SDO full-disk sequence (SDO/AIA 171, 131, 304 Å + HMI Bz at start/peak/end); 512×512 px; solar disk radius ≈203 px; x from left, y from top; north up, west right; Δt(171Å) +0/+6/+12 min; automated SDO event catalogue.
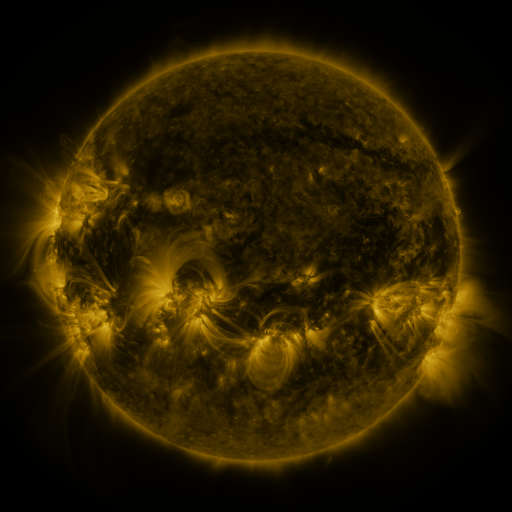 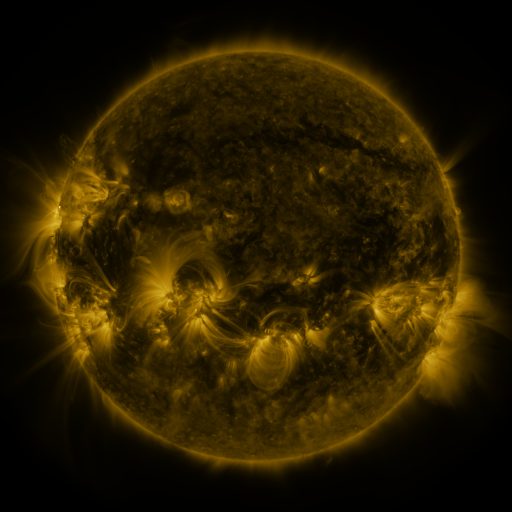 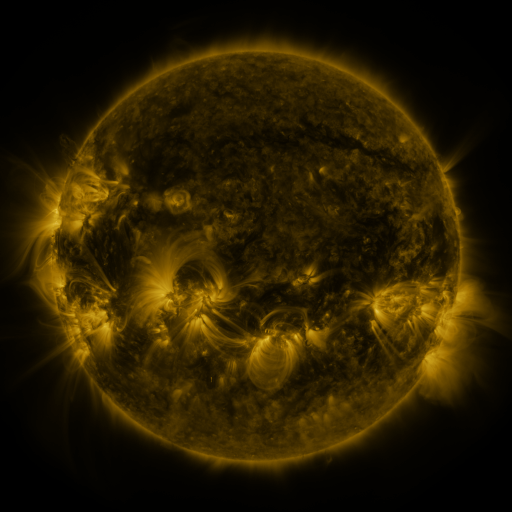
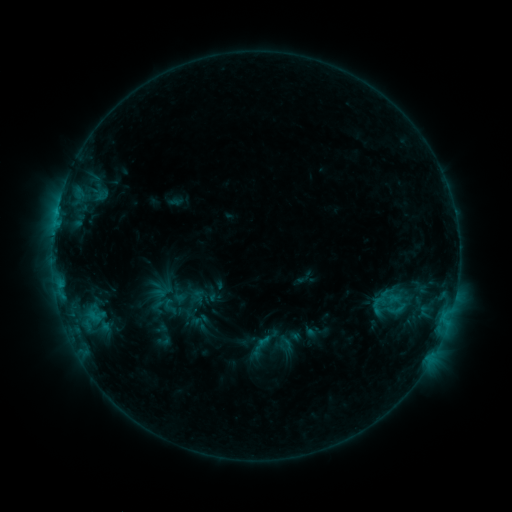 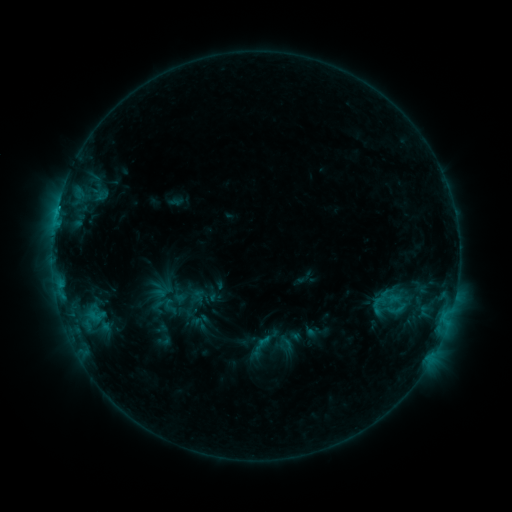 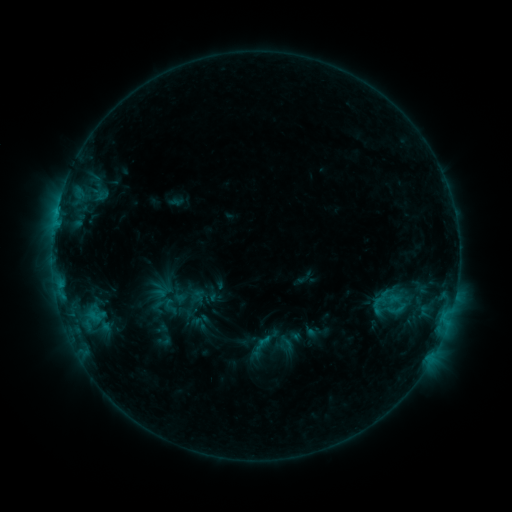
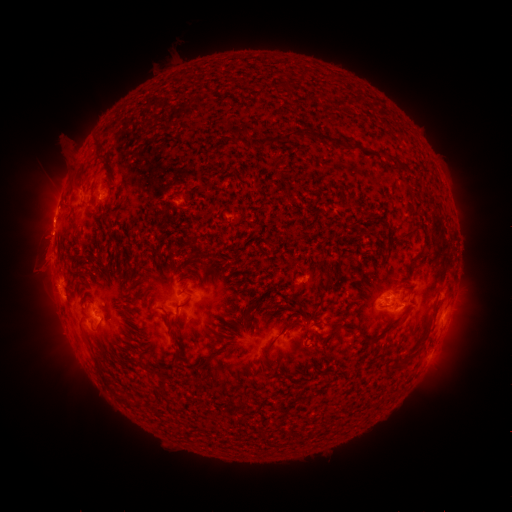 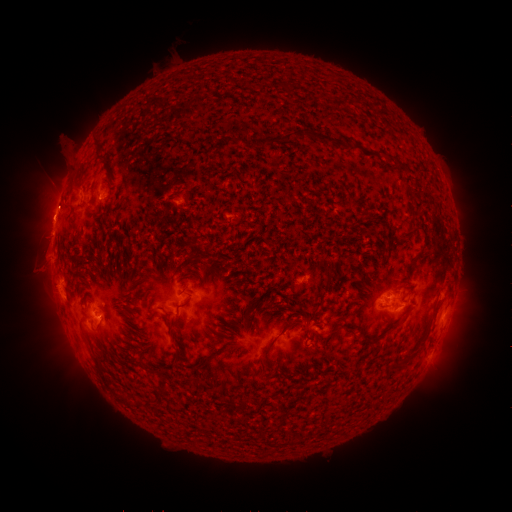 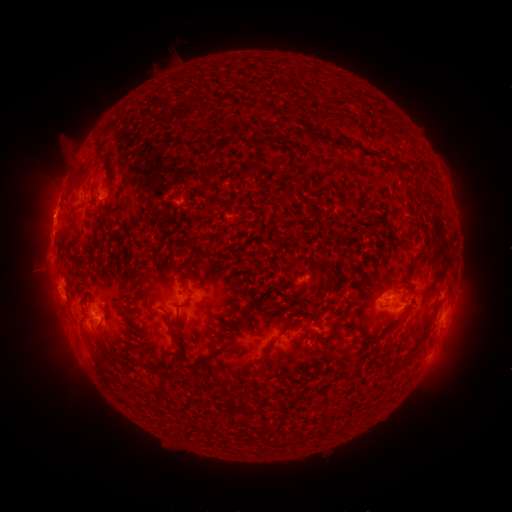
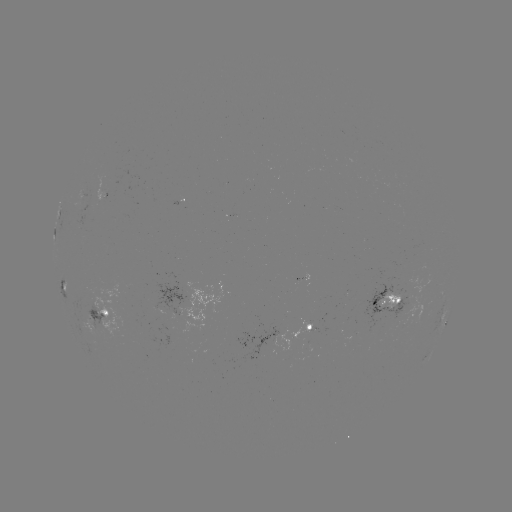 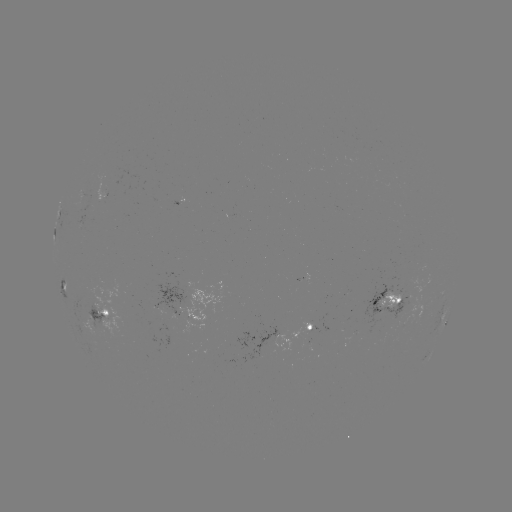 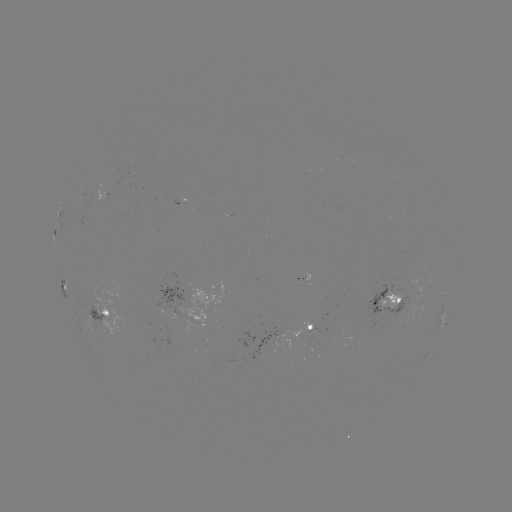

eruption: (25, 192, 71, 238)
